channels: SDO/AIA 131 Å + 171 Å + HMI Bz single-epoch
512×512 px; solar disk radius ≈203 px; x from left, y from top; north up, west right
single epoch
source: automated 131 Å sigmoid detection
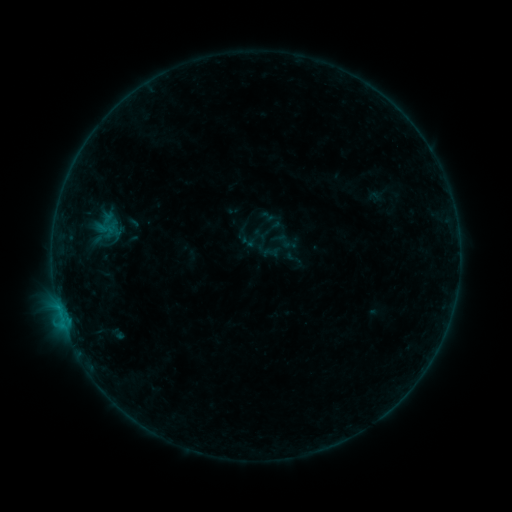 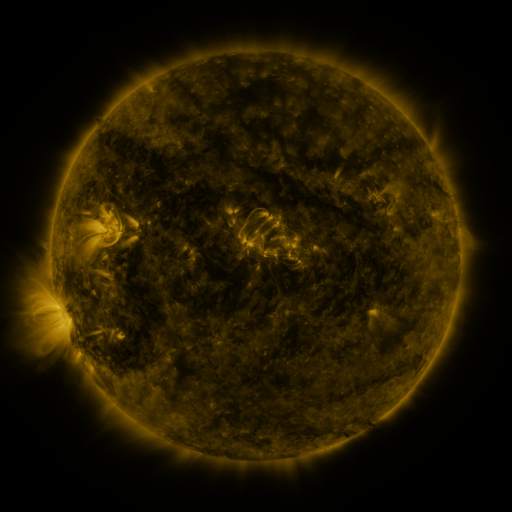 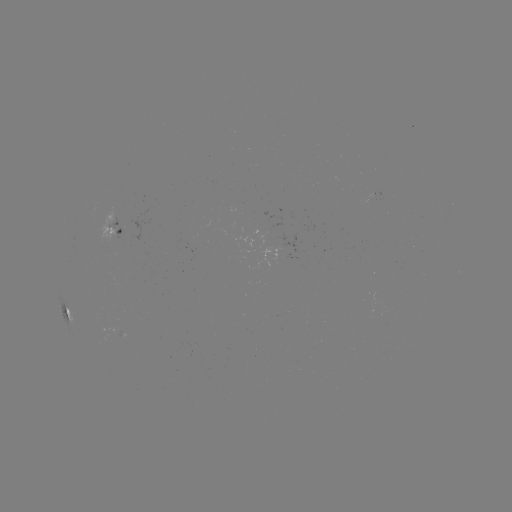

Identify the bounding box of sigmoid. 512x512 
[262, 245, 279, 261].